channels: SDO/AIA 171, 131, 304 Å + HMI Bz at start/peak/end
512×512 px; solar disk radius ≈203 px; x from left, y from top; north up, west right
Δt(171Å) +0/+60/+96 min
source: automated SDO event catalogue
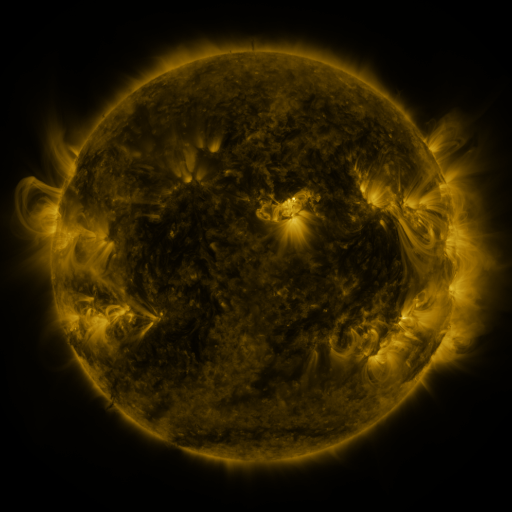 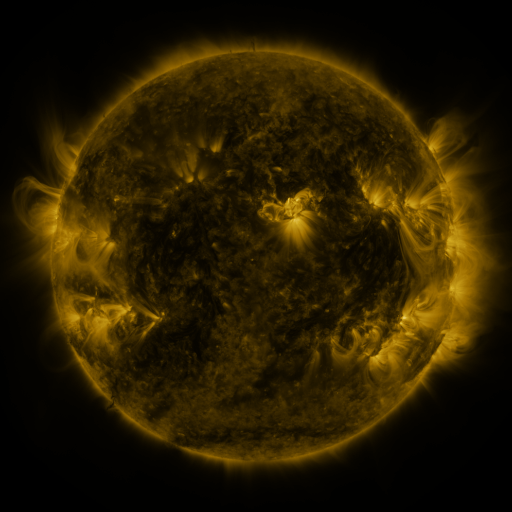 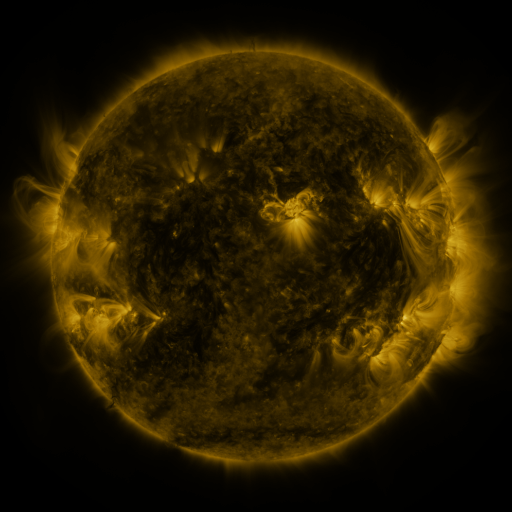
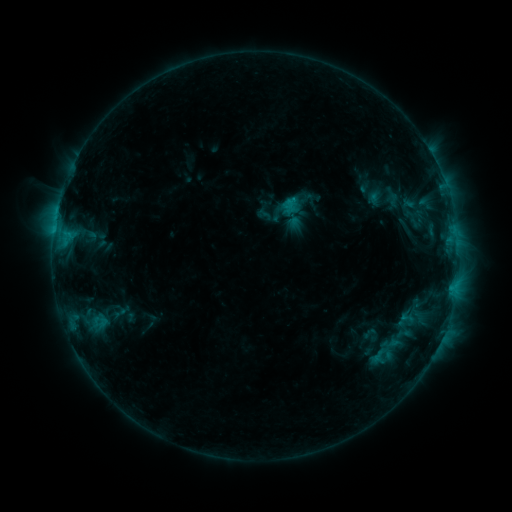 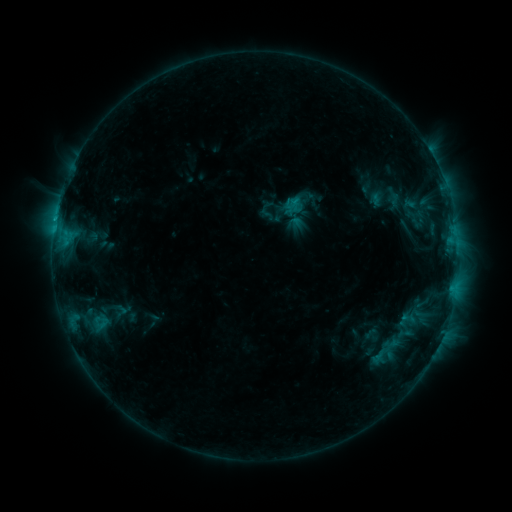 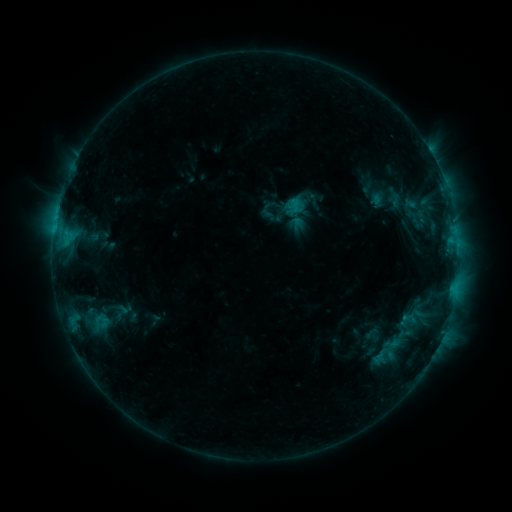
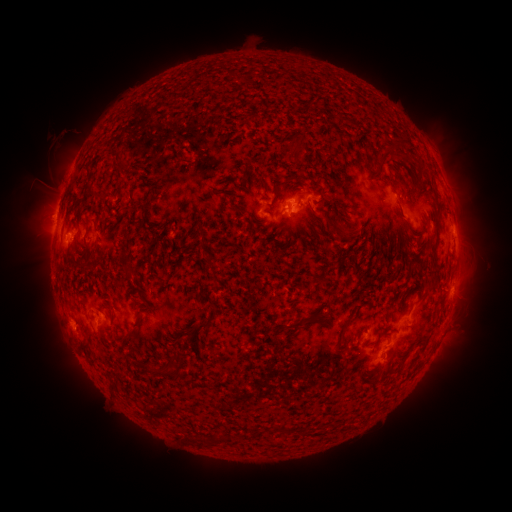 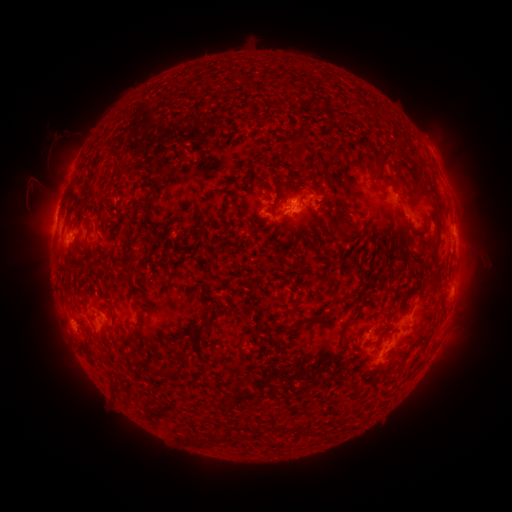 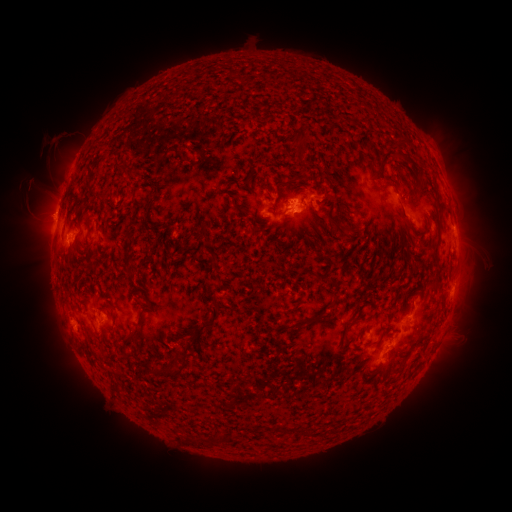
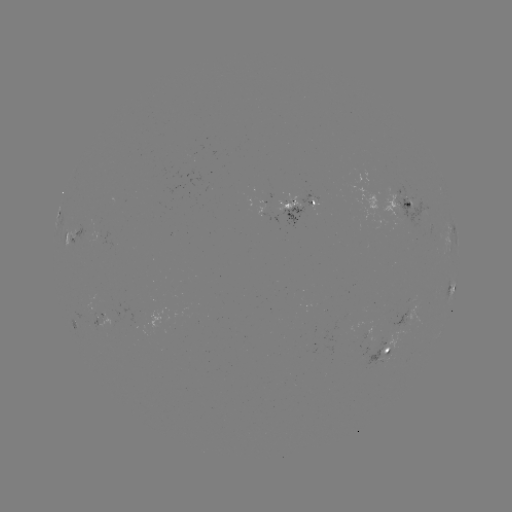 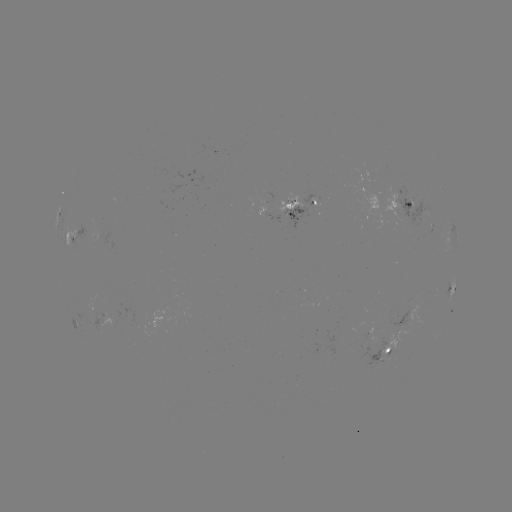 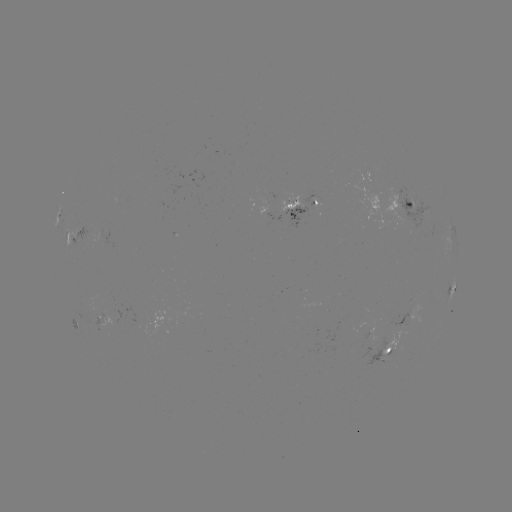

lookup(emerging-flux region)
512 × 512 [104, 241]